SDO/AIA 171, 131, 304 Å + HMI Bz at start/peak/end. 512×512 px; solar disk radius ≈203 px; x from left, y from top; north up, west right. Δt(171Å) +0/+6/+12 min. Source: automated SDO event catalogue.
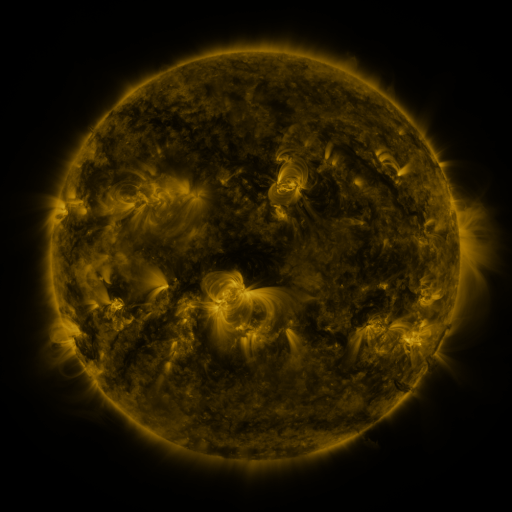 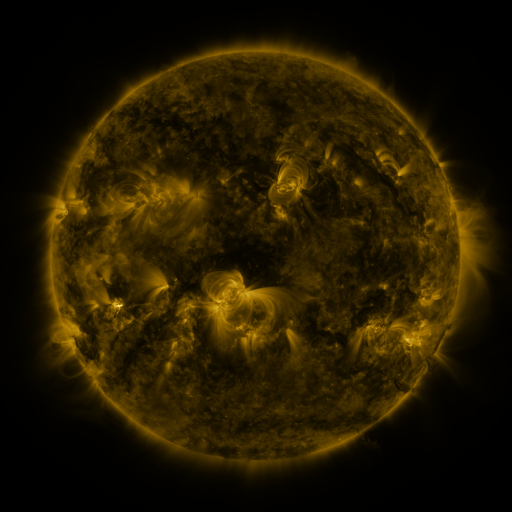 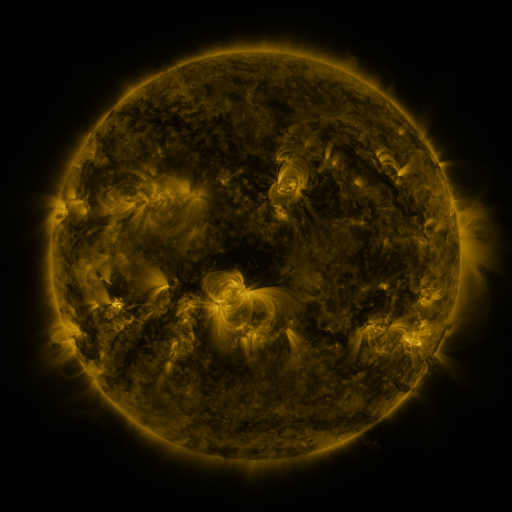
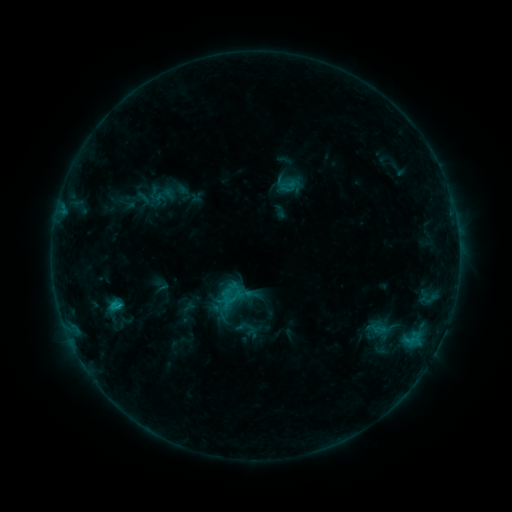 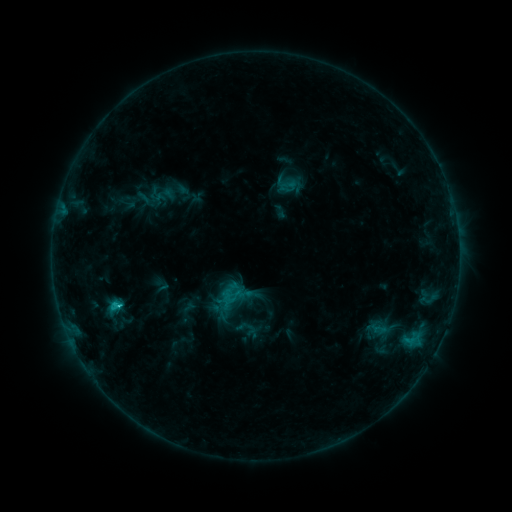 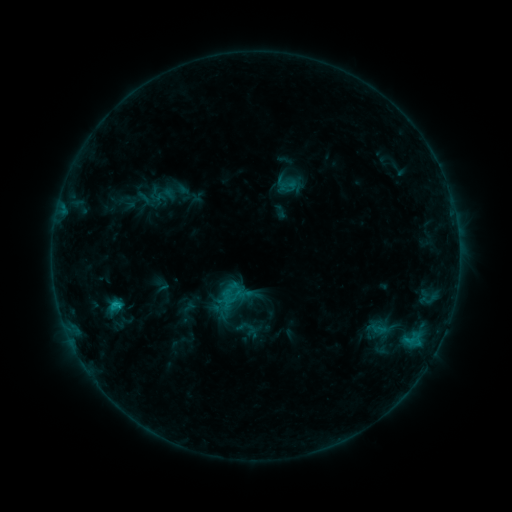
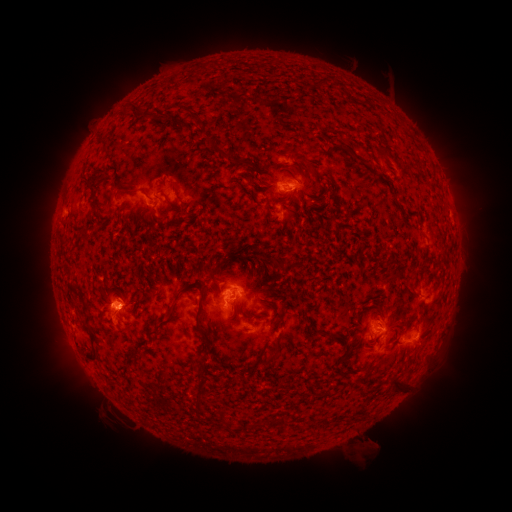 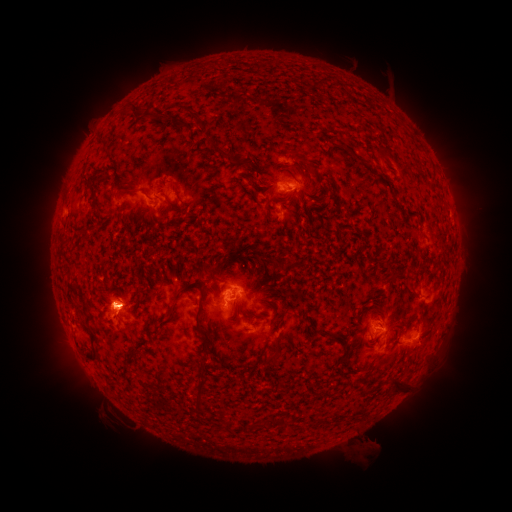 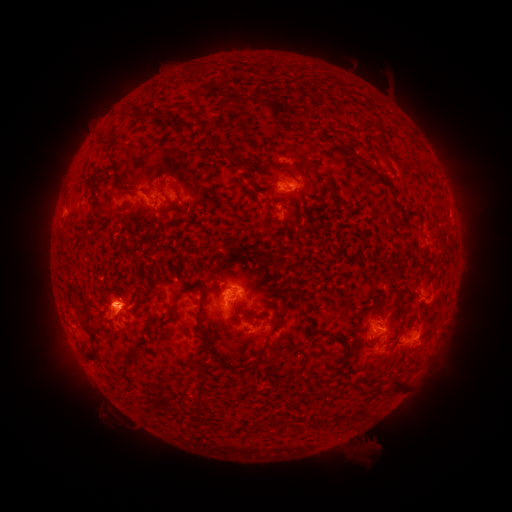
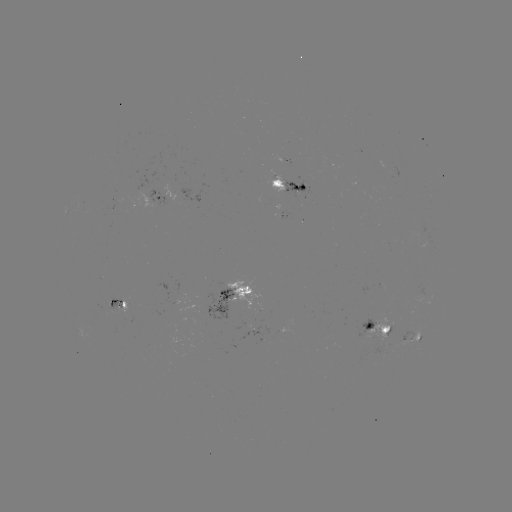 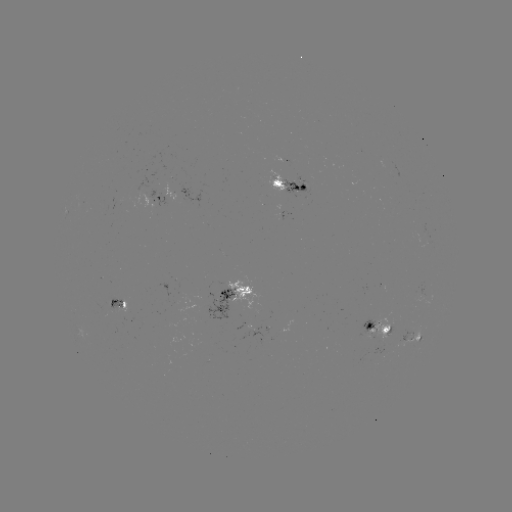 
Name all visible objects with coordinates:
C1.5 flare: (120, 302)
